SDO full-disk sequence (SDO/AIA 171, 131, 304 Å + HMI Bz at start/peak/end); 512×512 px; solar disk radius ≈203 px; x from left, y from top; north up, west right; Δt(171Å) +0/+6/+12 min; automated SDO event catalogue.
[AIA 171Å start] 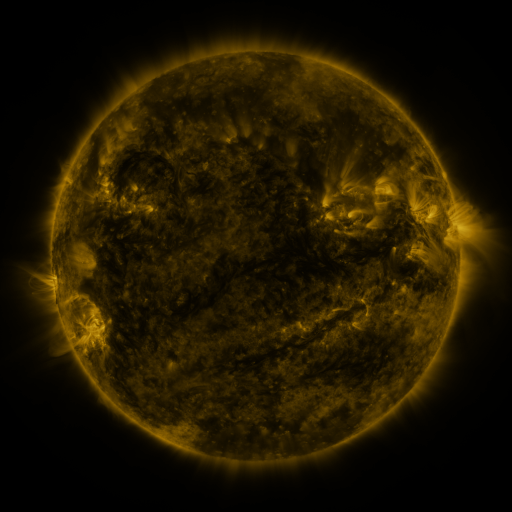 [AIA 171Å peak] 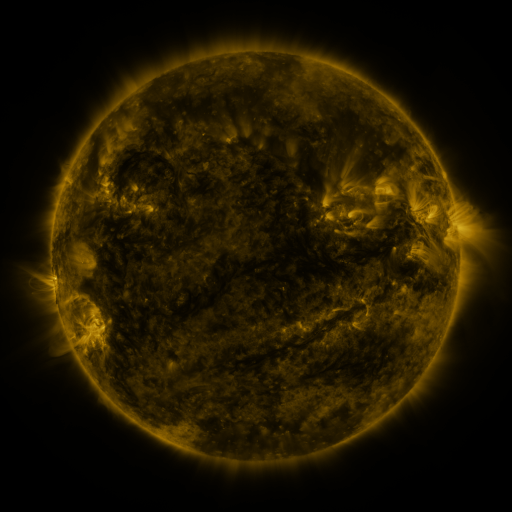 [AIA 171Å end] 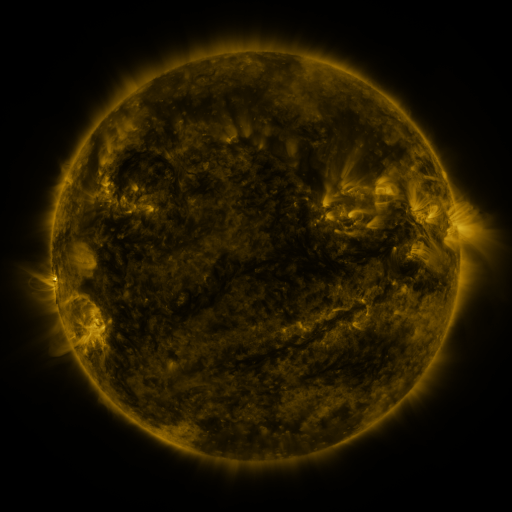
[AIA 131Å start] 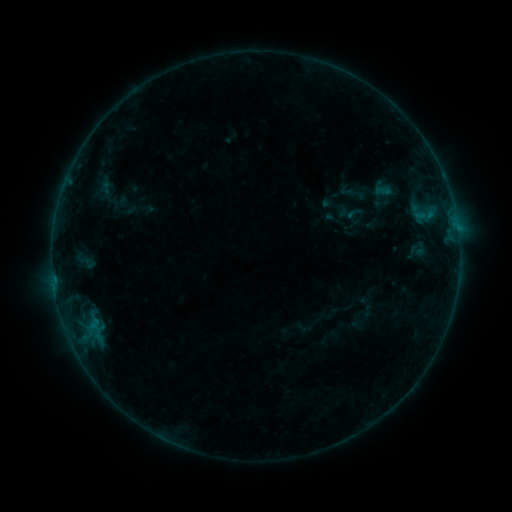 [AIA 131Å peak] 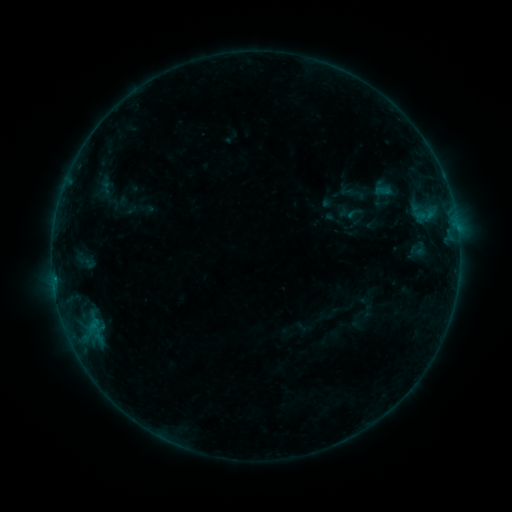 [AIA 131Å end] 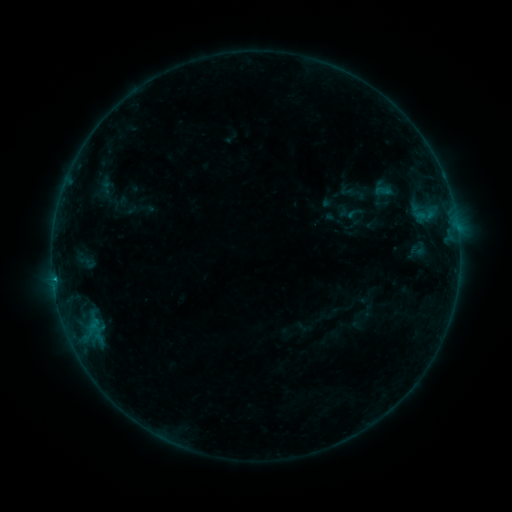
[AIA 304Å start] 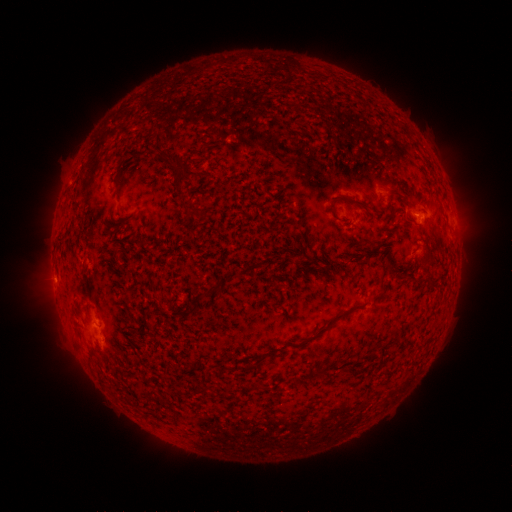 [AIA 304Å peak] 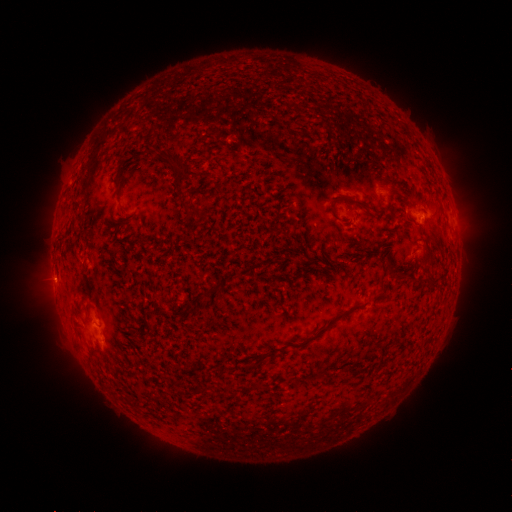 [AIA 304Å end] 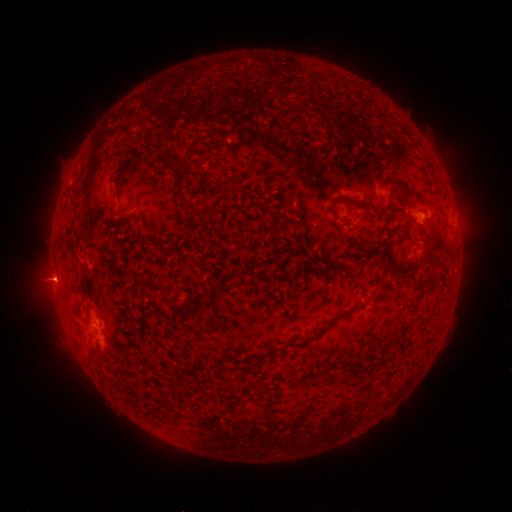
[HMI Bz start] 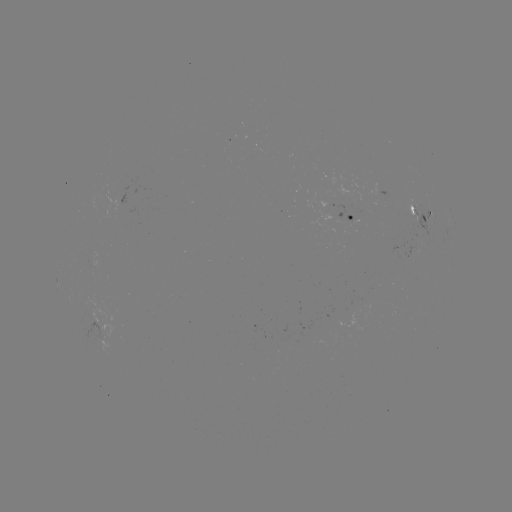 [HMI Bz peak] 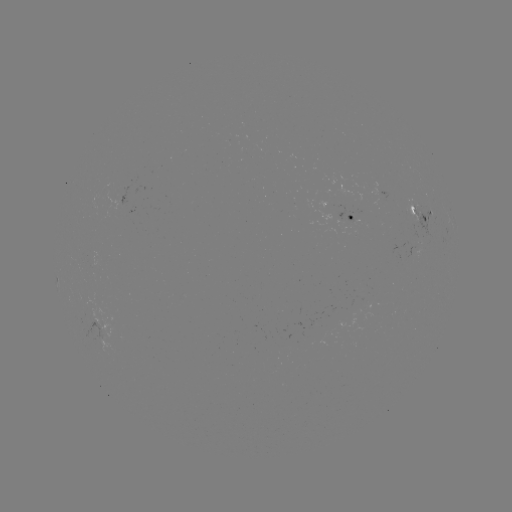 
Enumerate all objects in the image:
B4.3 flare: (55, 278)
